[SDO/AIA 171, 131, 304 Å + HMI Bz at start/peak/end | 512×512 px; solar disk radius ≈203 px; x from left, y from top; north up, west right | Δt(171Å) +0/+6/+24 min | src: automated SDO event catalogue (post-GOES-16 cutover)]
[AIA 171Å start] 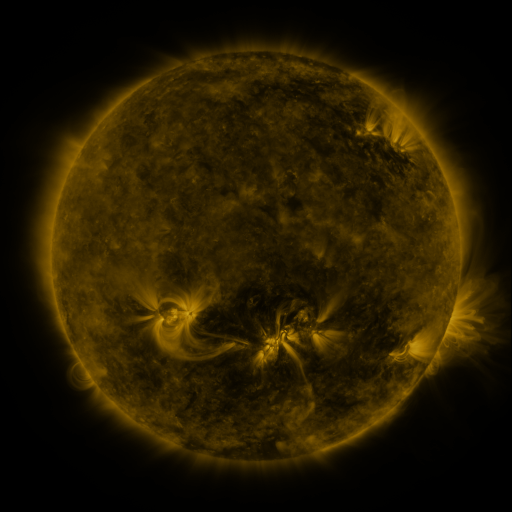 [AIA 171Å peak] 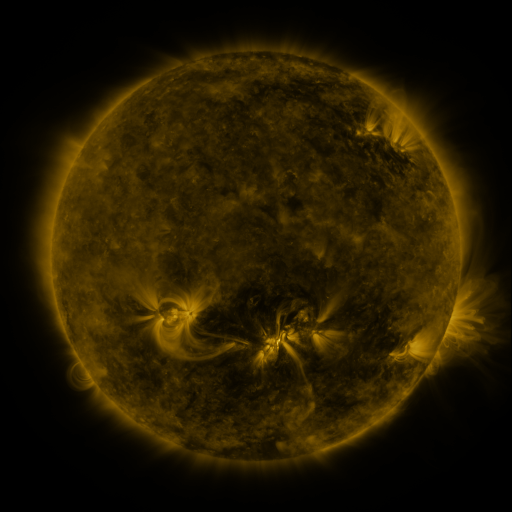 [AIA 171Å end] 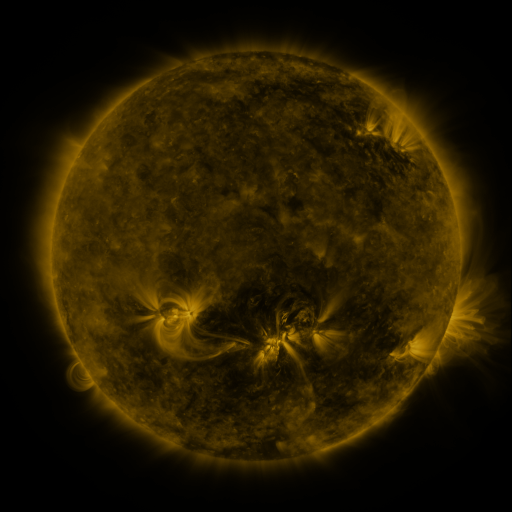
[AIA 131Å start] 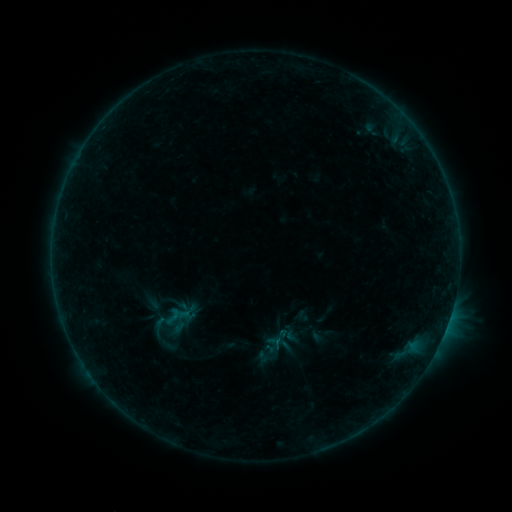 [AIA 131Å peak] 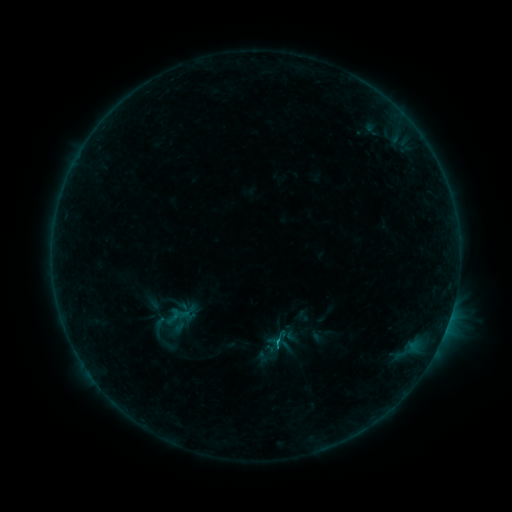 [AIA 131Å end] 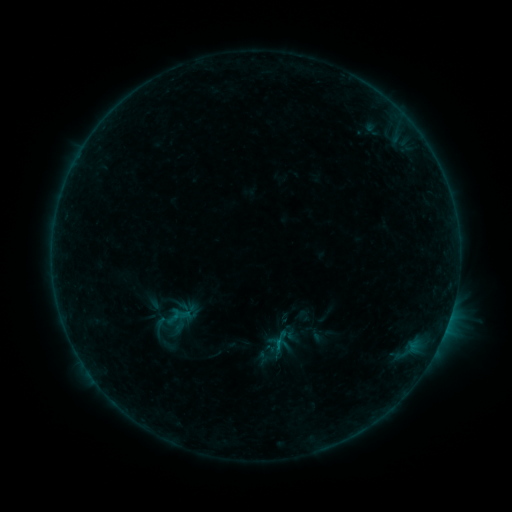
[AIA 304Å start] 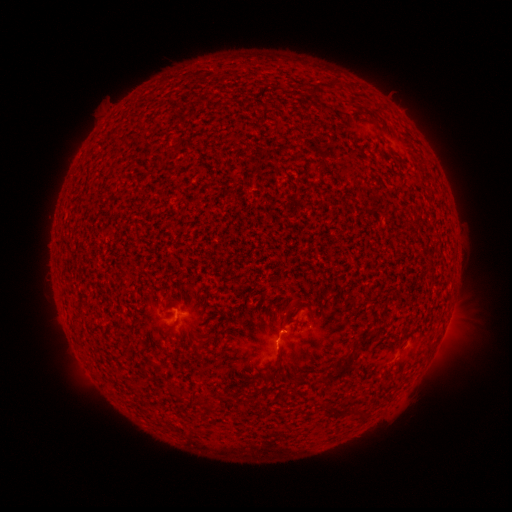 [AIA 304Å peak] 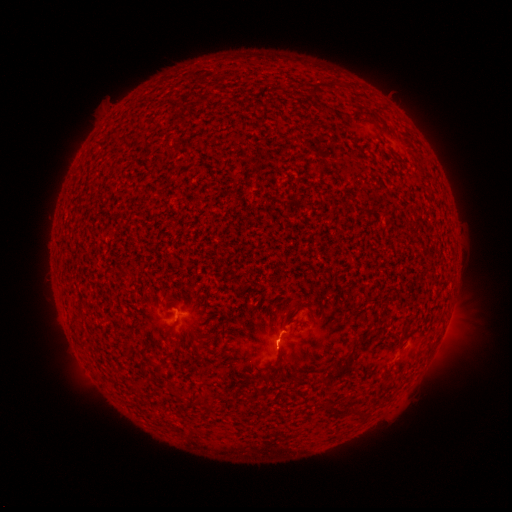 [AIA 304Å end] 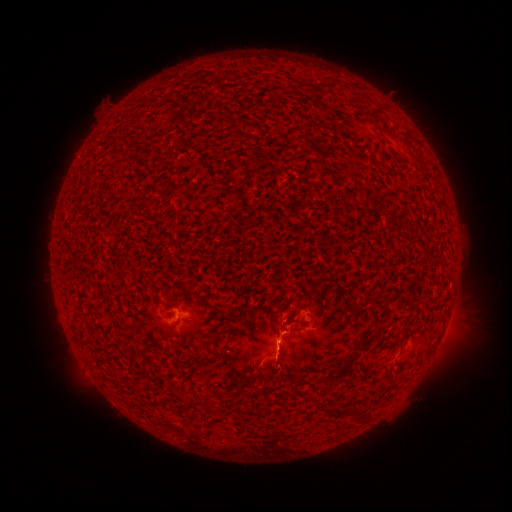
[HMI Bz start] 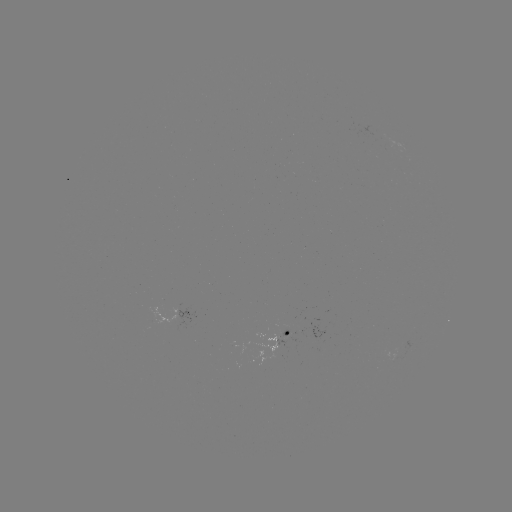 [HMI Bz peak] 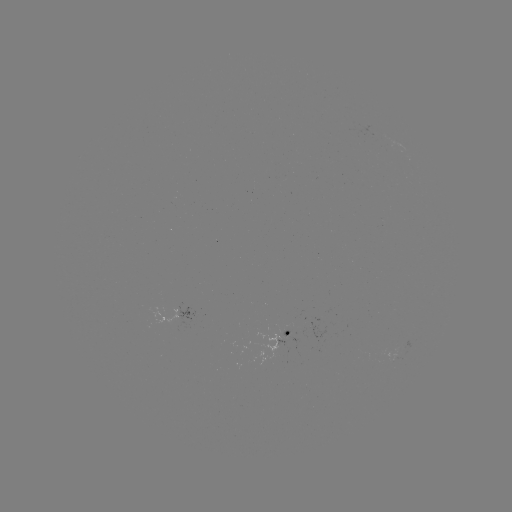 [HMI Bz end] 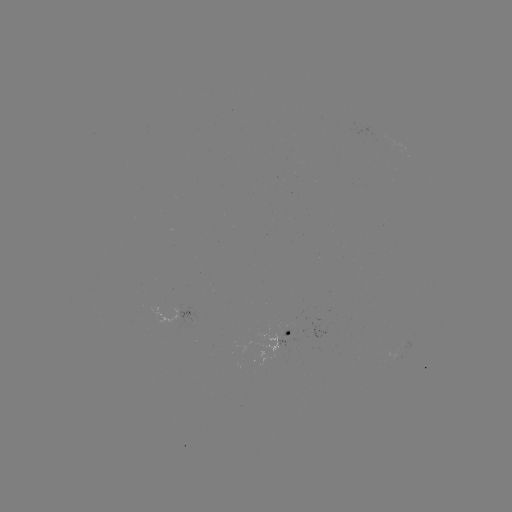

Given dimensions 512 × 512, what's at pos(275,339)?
B6.0 flare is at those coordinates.